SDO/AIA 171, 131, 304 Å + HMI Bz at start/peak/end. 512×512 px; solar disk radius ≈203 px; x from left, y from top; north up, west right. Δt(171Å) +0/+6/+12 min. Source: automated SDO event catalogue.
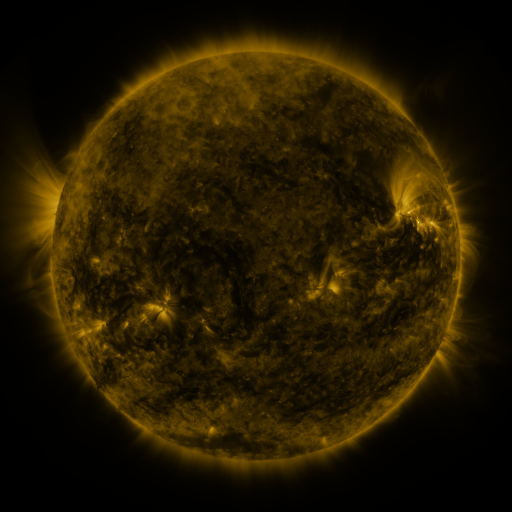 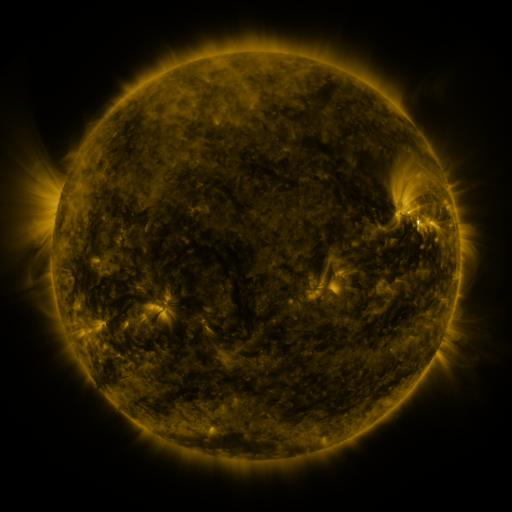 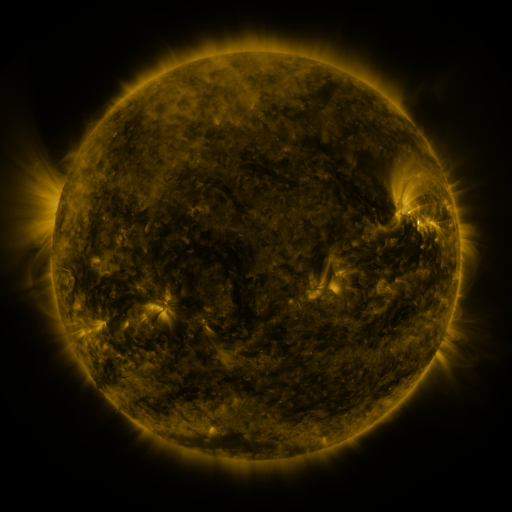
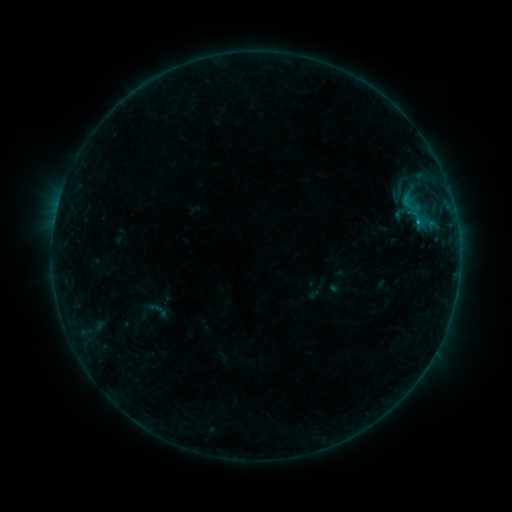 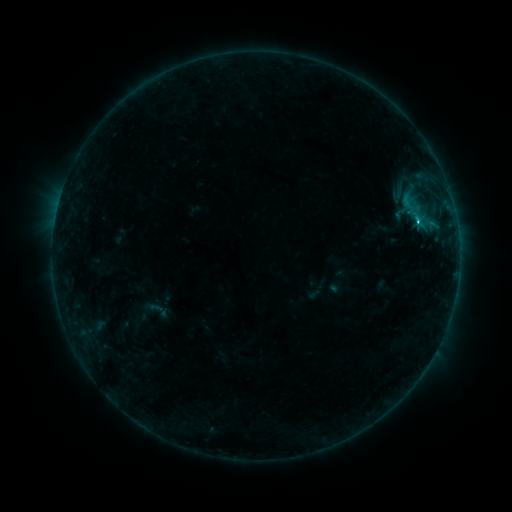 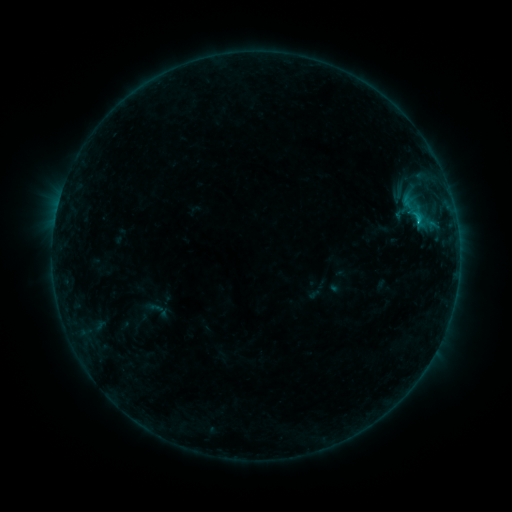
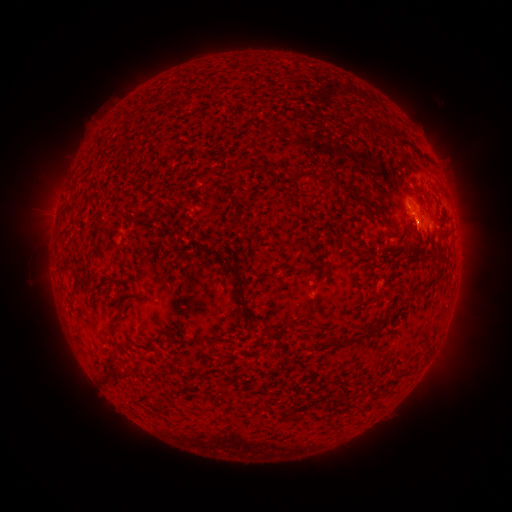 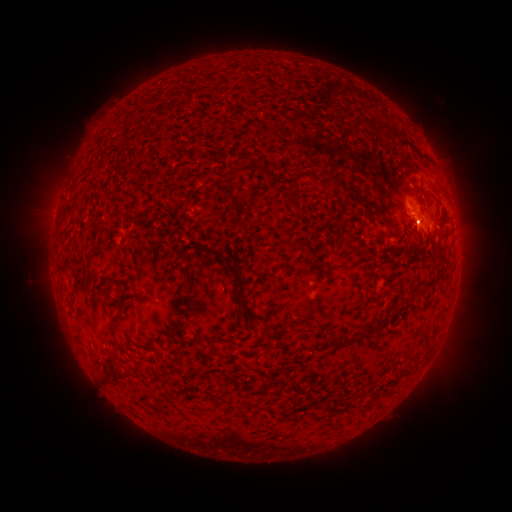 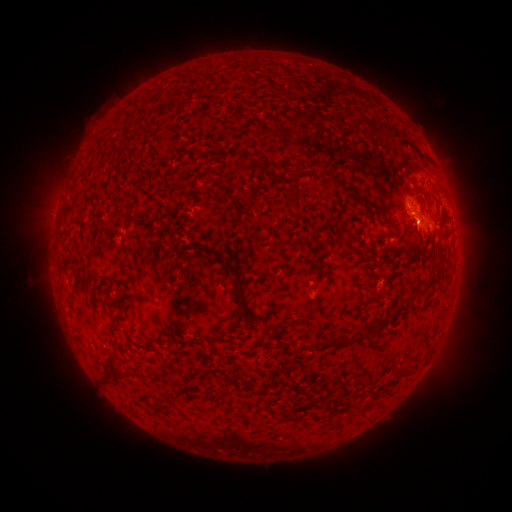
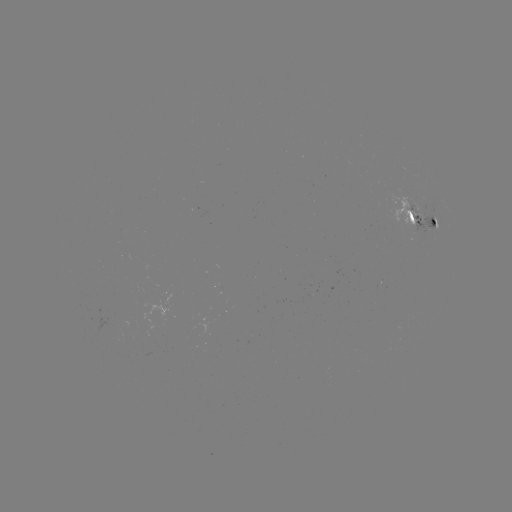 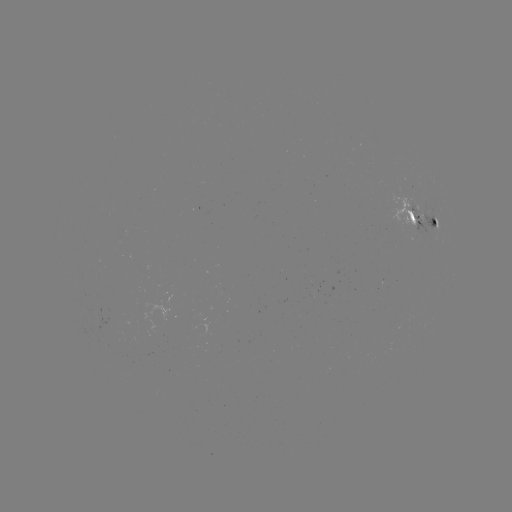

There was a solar flare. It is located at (418, 225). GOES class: C1.7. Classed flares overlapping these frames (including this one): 1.